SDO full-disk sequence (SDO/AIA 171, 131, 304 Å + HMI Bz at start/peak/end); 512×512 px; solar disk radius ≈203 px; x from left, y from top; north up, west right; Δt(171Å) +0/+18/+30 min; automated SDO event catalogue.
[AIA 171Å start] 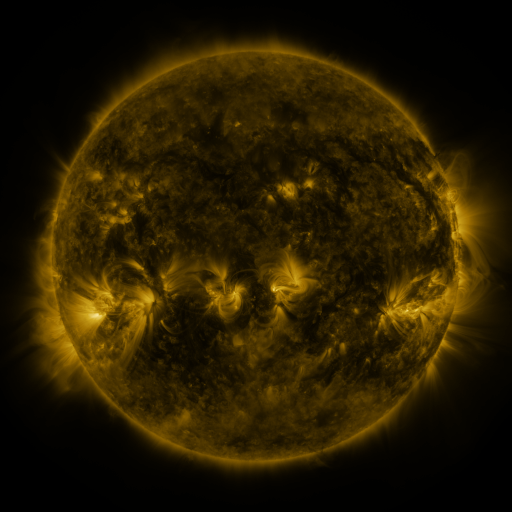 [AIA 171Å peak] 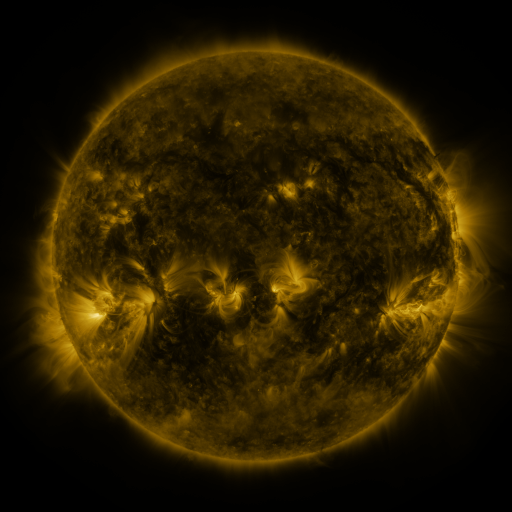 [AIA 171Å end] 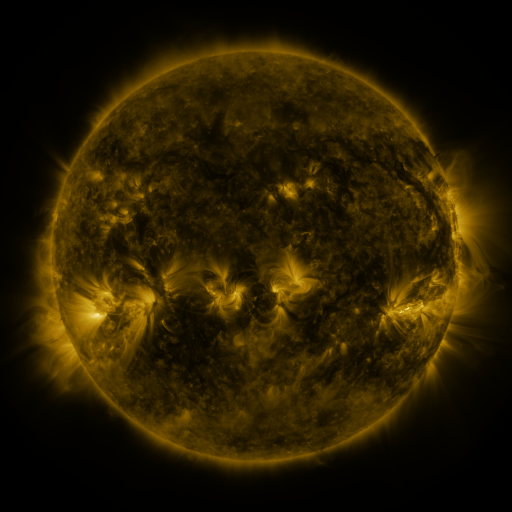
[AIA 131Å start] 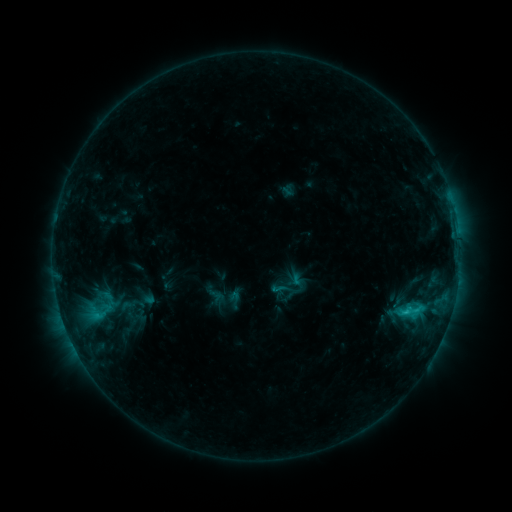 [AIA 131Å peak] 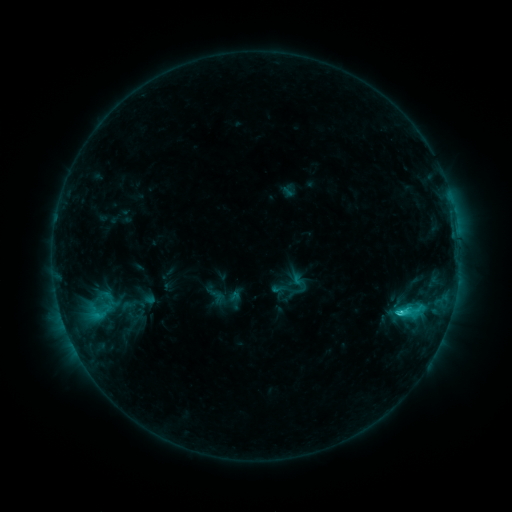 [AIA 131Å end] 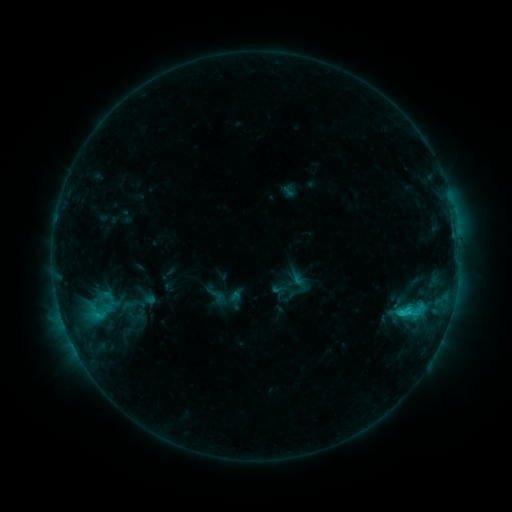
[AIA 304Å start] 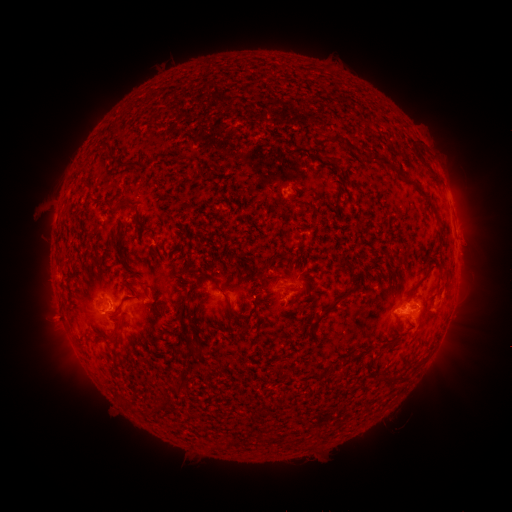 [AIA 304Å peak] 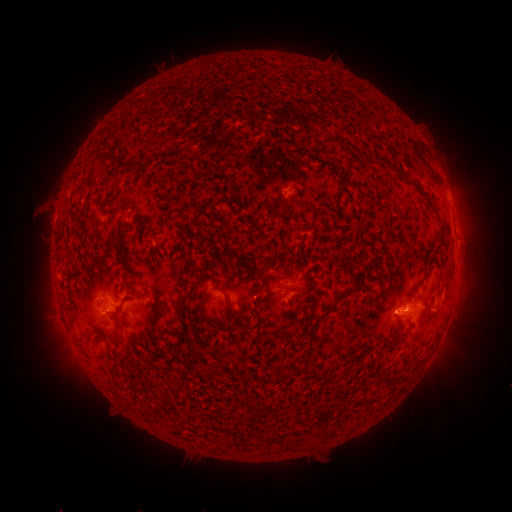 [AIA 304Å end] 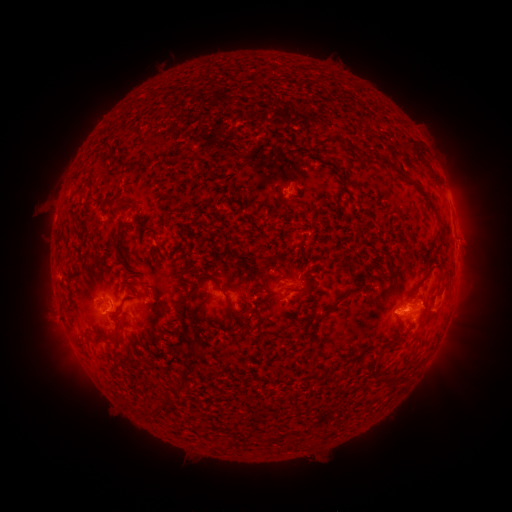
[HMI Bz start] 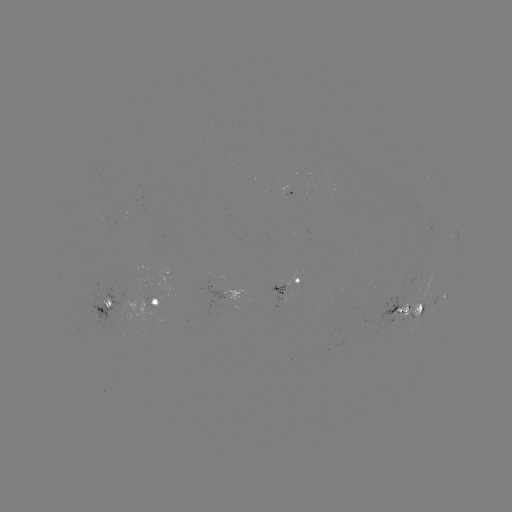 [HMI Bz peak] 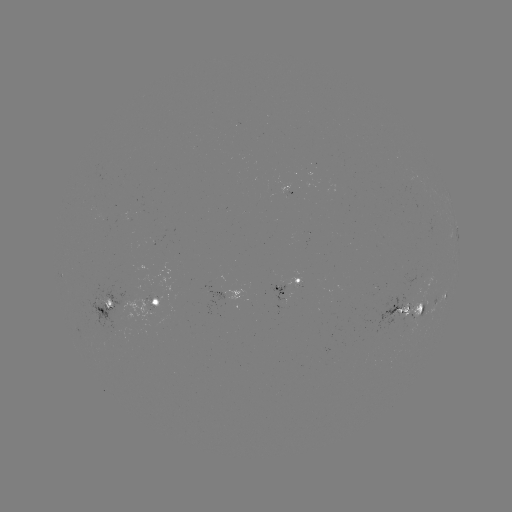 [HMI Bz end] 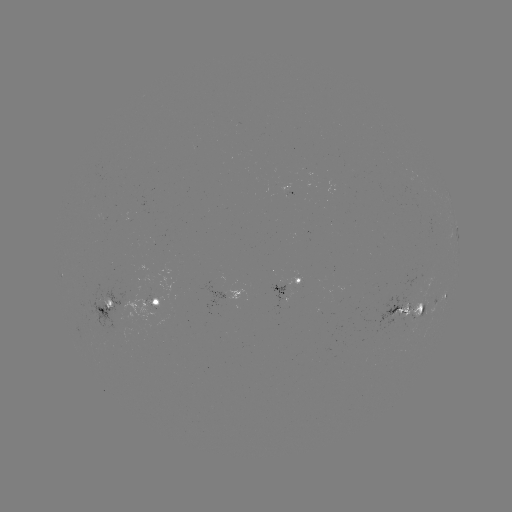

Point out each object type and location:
C2.3 flare: (398, 311)
